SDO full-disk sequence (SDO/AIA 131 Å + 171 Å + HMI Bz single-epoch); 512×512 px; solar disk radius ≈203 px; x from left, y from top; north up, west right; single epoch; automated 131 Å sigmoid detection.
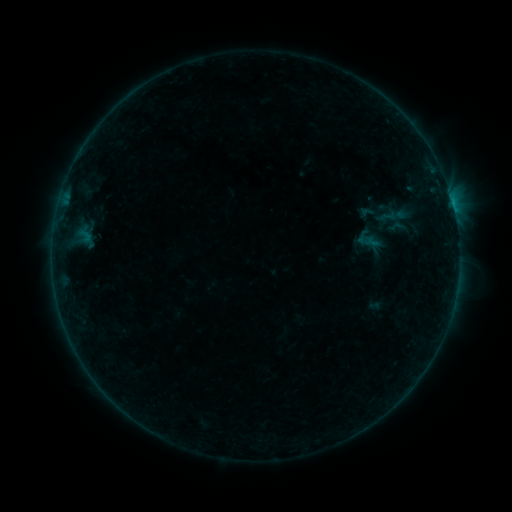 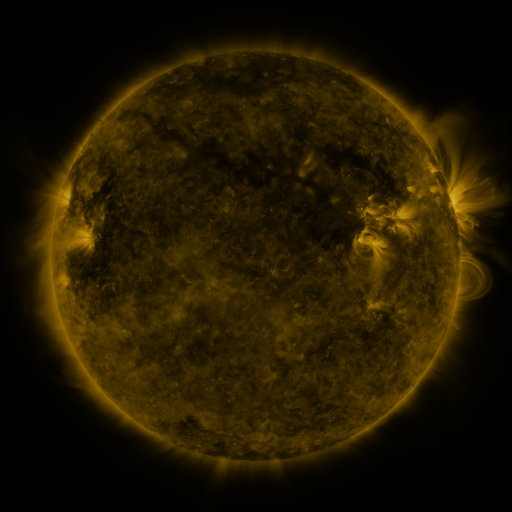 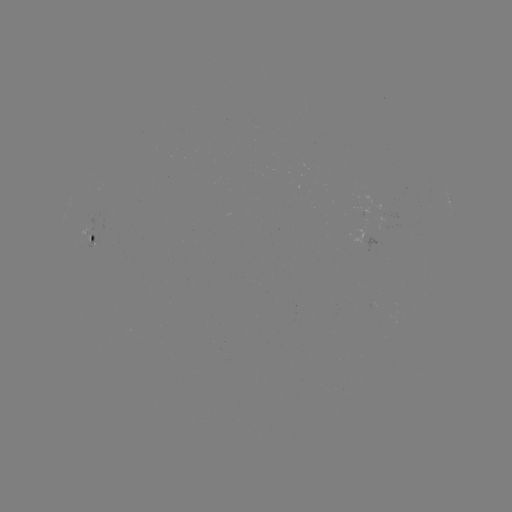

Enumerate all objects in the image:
sigmoid: [385, 219, 406, 235]
